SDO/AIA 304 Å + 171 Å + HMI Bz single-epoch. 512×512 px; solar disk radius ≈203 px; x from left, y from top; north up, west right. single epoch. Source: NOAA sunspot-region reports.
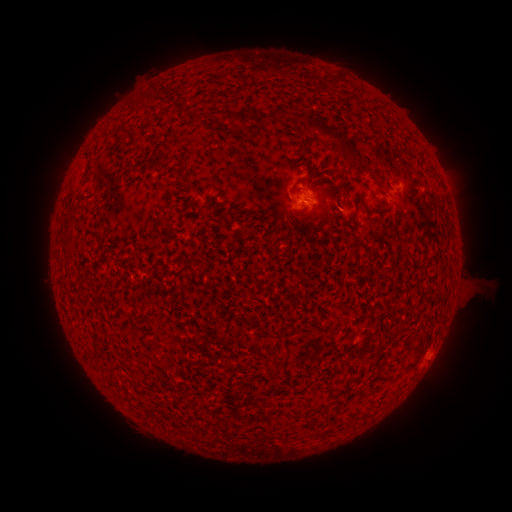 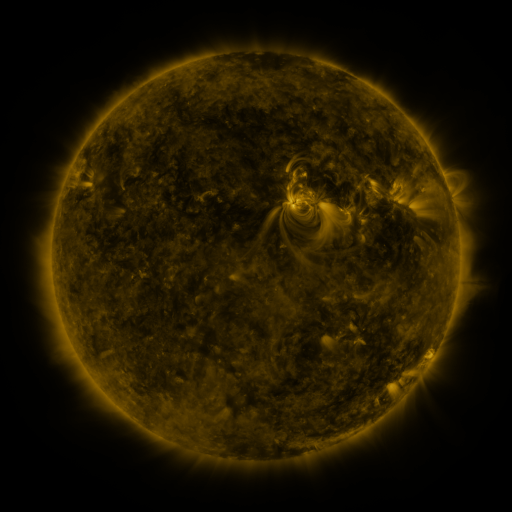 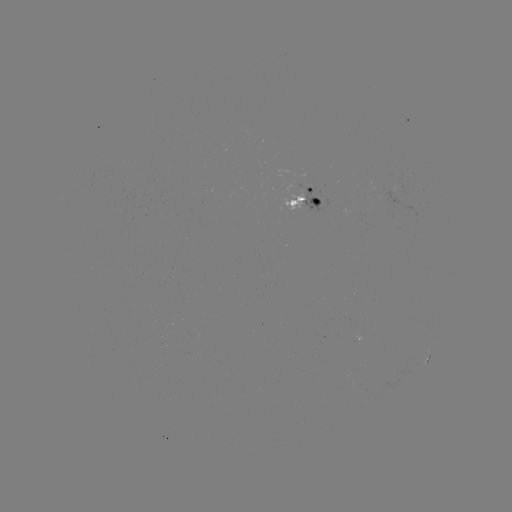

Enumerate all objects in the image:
spotted active region: (398, 190)
spotted active region: (450, 196)
spotted active region: (305, 198)
spotted active region: (424, 364)
